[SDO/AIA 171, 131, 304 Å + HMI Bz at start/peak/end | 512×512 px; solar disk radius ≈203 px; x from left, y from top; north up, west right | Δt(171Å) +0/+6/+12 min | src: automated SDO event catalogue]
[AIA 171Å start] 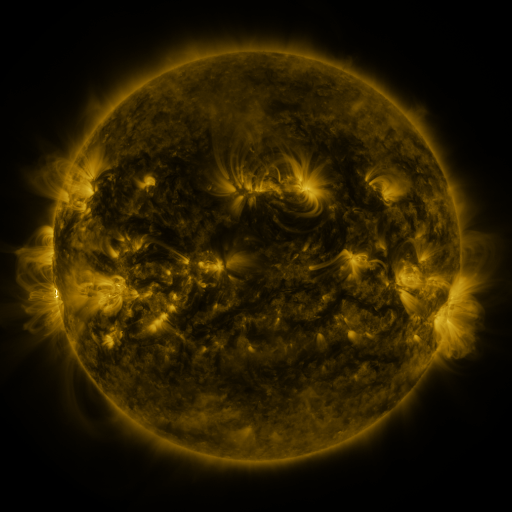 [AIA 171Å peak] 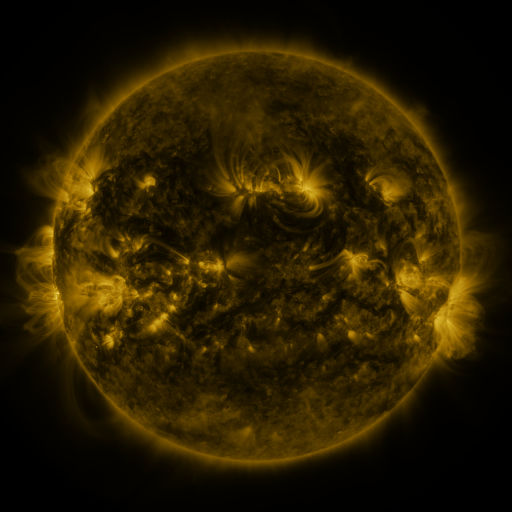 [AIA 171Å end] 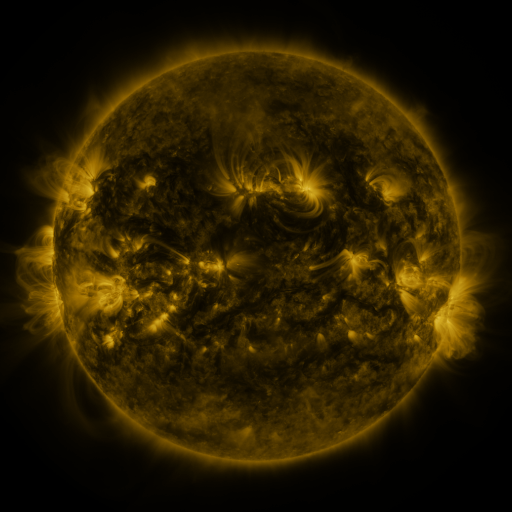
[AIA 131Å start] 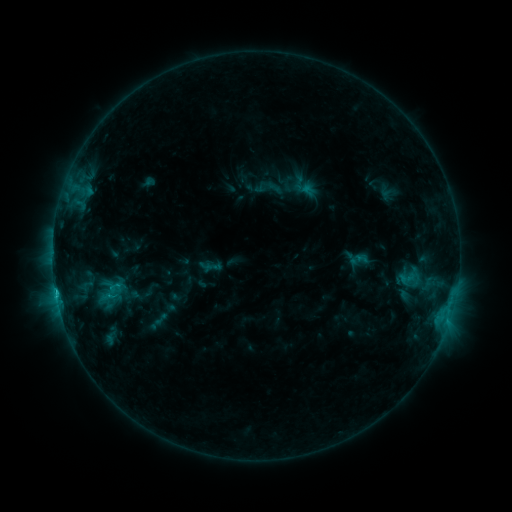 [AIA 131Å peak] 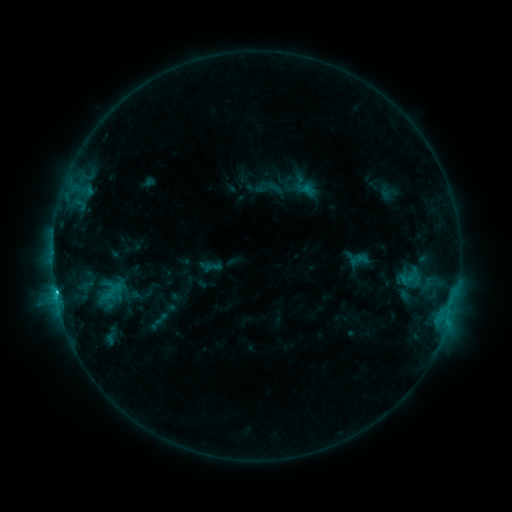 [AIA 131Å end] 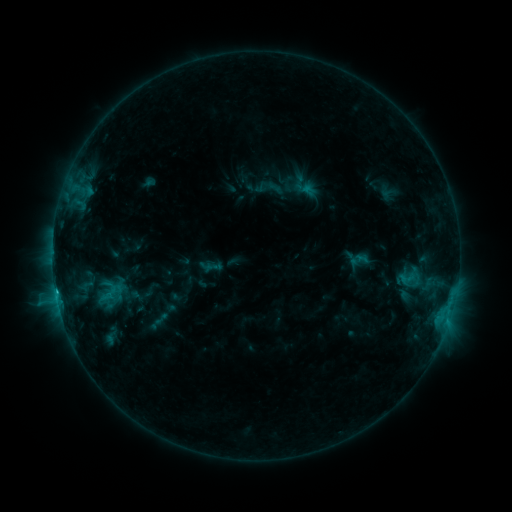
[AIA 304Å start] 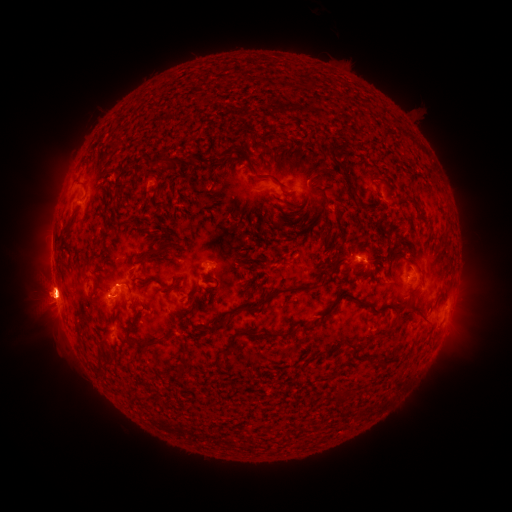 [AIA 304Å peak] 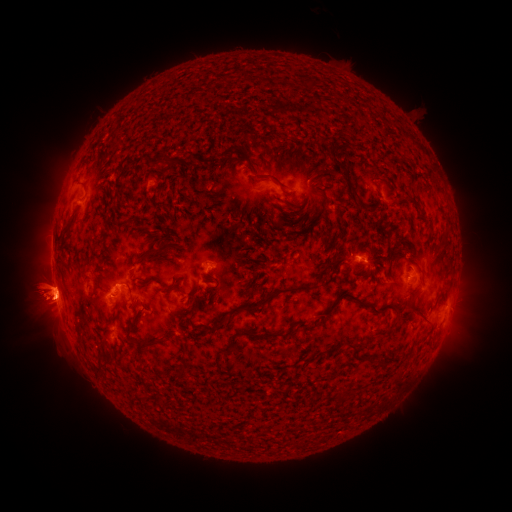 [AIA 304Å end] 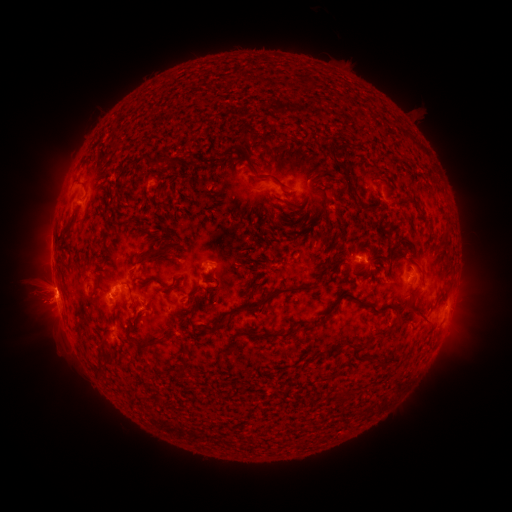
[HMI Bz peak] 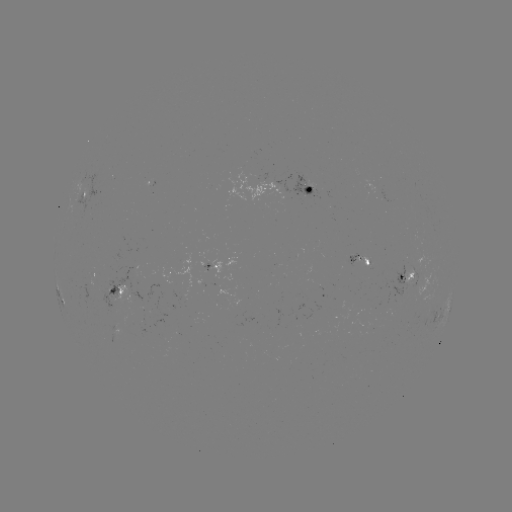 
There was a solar flare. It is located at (58, 291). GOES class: C1.8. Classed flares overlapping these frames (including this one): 1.